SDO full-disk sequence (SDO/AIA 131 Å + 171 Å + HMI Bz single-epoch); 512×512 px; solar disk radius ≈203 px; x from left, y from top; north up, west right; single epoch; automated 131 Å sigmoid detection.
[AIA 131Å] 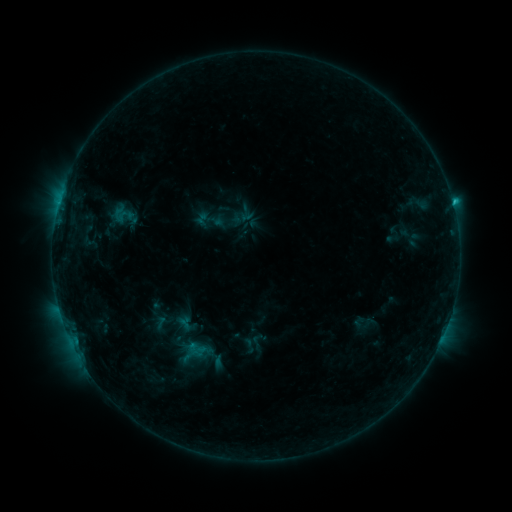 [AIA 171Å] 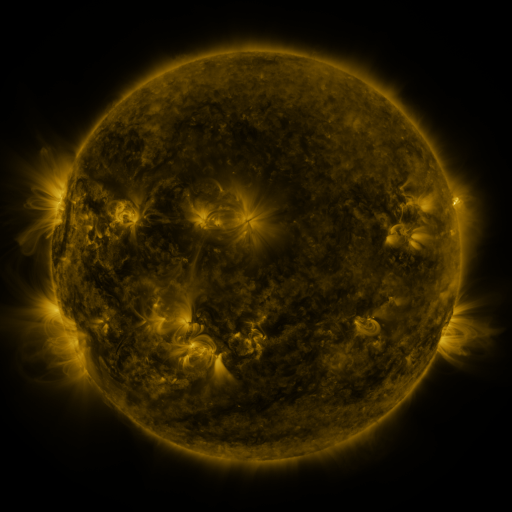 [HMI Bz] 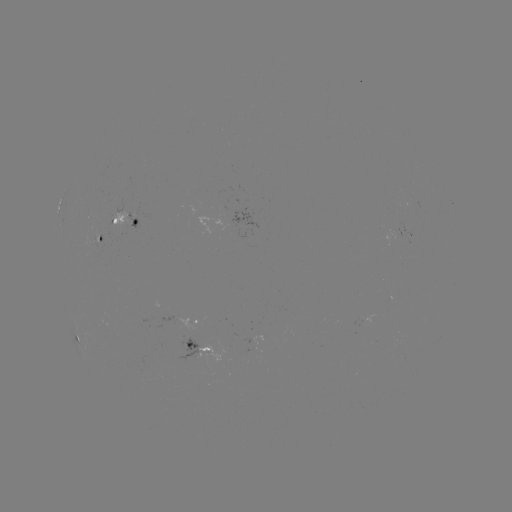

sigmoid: <bbox>192, 203, 226, 238</bbox>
